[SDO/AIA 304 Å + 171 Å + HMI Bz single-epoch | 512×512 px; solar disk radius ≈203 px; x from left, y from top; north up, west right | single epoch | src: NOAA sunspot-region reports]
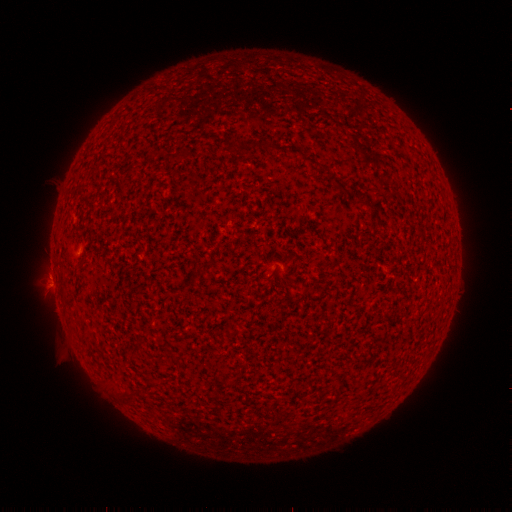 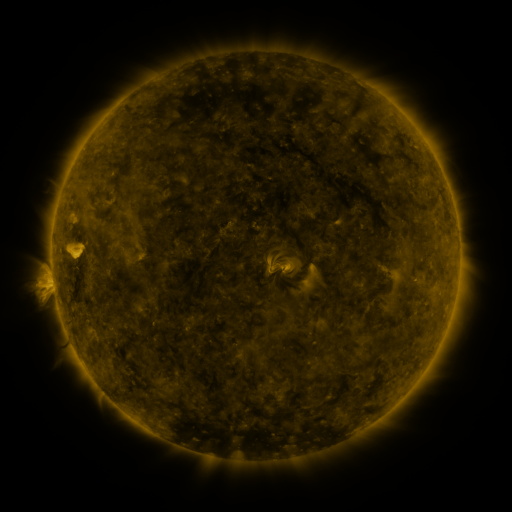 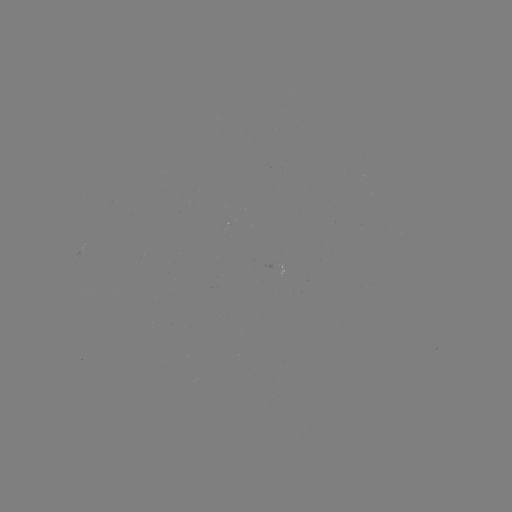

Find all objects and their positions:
(none)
